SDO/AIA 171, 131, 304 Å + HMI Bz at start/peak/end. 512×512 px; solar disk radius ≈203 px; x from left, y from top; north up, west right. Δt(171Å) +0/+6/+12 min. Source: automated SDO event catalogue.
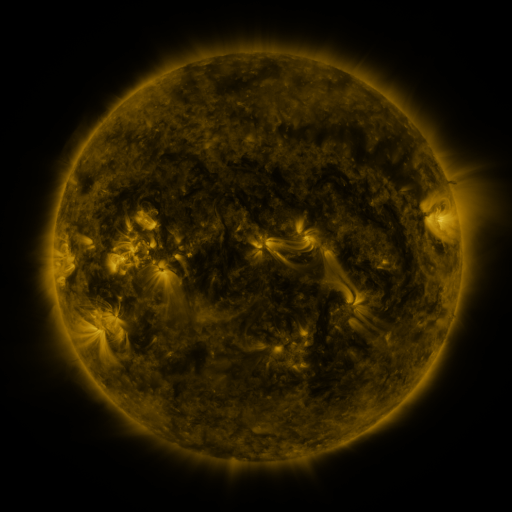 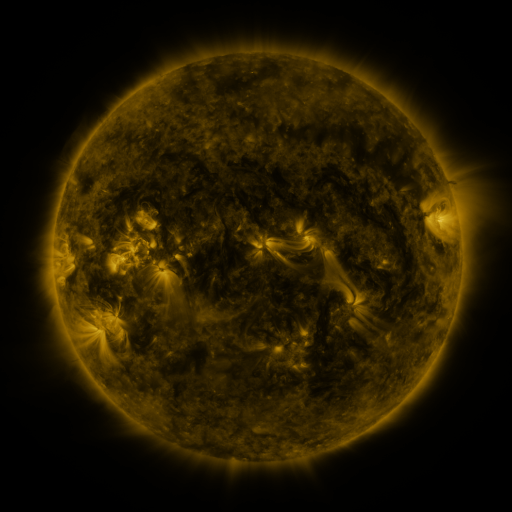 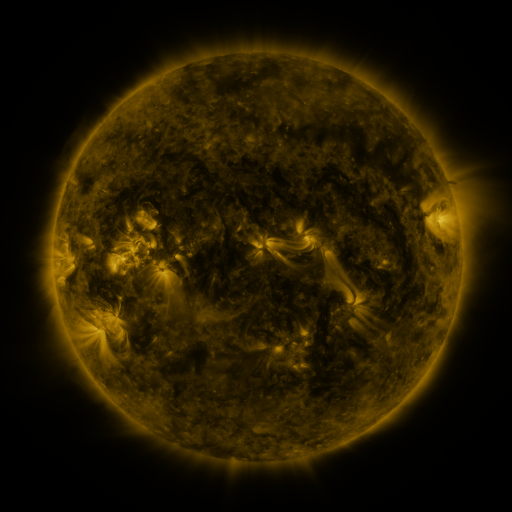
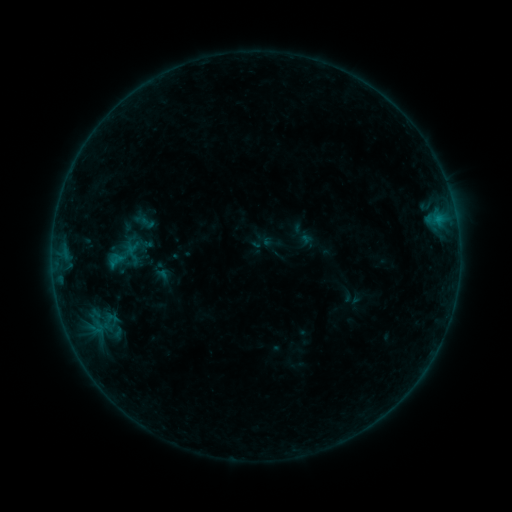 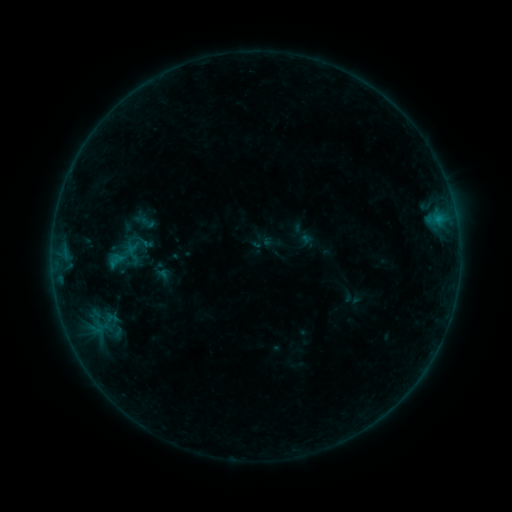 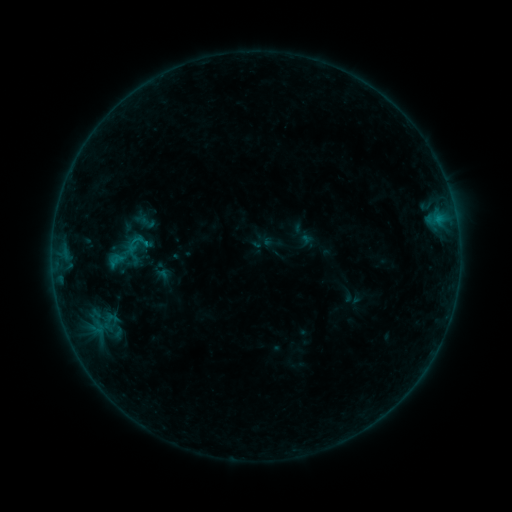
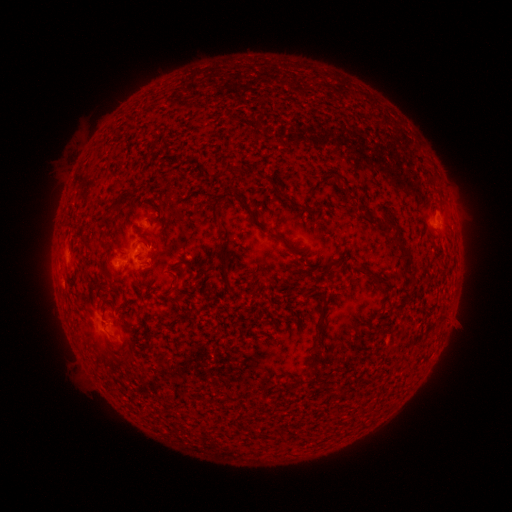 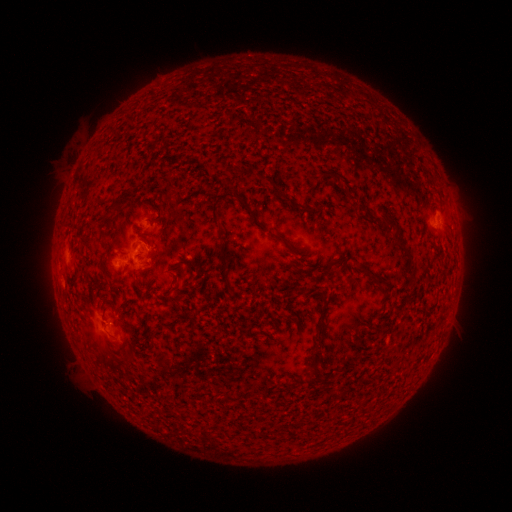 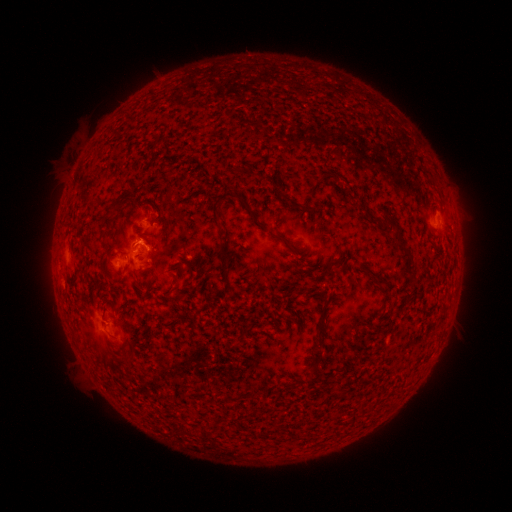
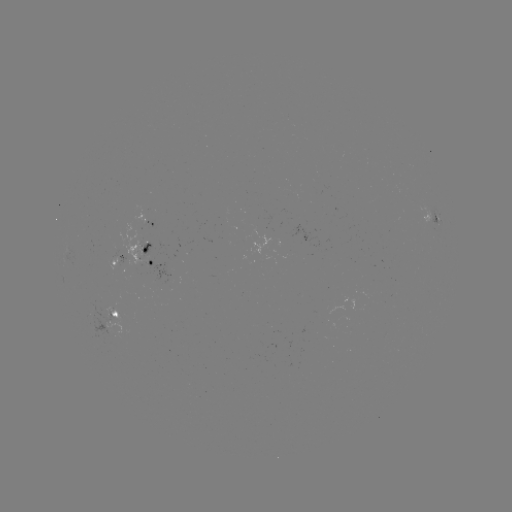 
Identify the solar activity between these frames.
B5.6 flare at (253, 459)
